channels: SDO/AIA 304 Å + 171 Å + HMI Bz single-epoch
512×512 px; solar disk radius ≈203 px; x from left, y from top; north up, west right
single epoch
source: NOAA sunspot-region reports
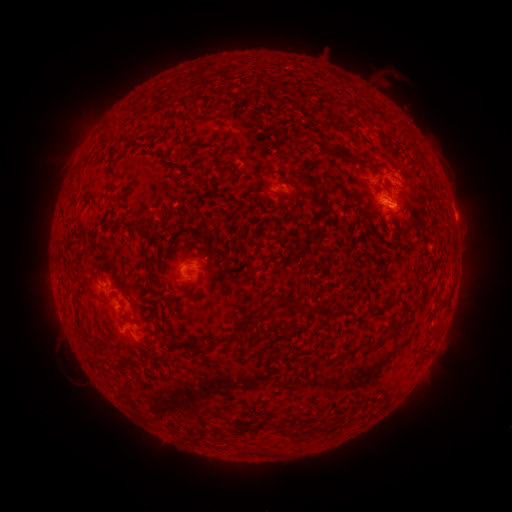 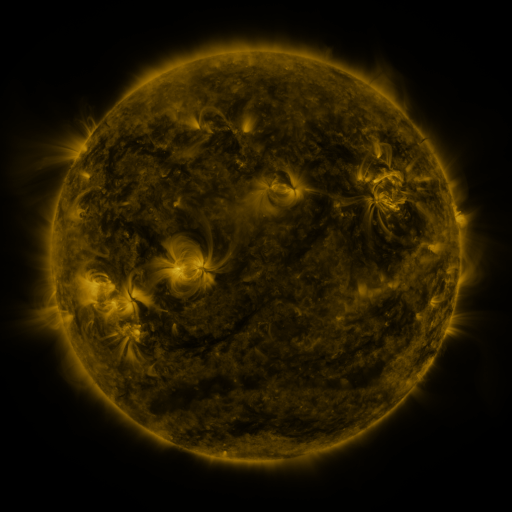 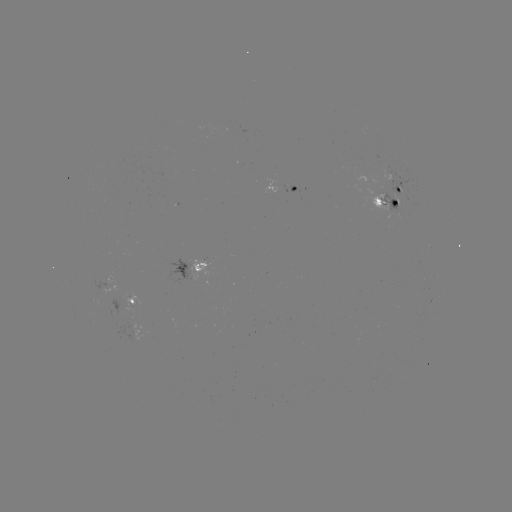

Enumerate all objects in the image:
spotted active region: (396, 183)
spotted active region: (287, 189)
spotted active region: (385, 202)
spotted active region: (197, 271)
spotted active region: (118, 287)
spotted active region: (139, 303)
spotted active region: (144, 330)
